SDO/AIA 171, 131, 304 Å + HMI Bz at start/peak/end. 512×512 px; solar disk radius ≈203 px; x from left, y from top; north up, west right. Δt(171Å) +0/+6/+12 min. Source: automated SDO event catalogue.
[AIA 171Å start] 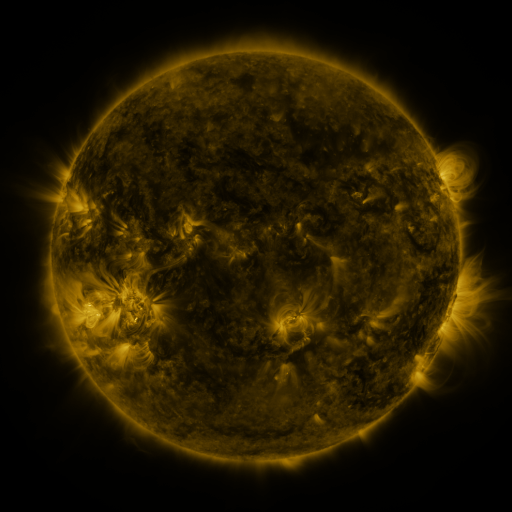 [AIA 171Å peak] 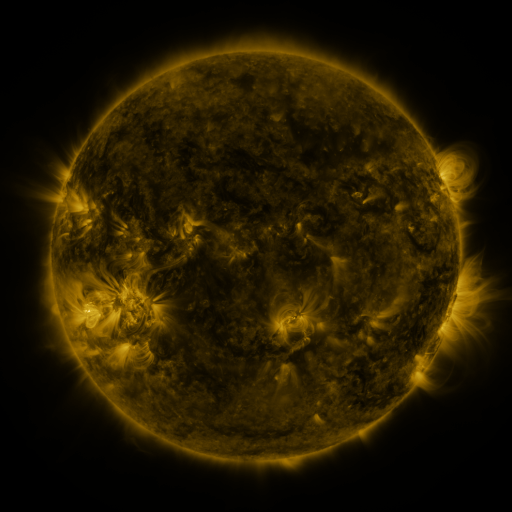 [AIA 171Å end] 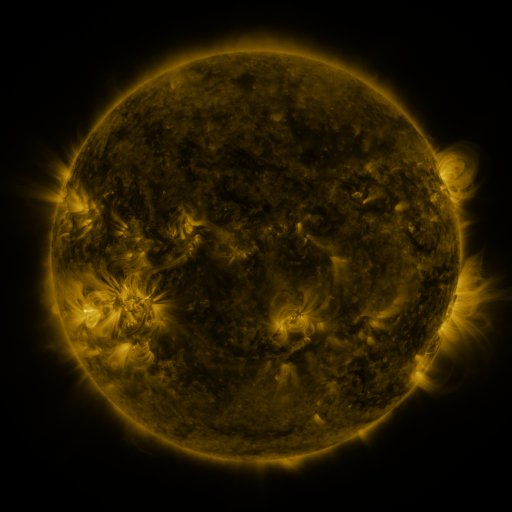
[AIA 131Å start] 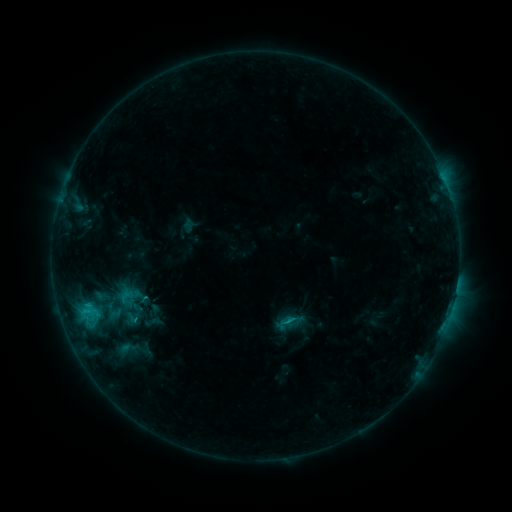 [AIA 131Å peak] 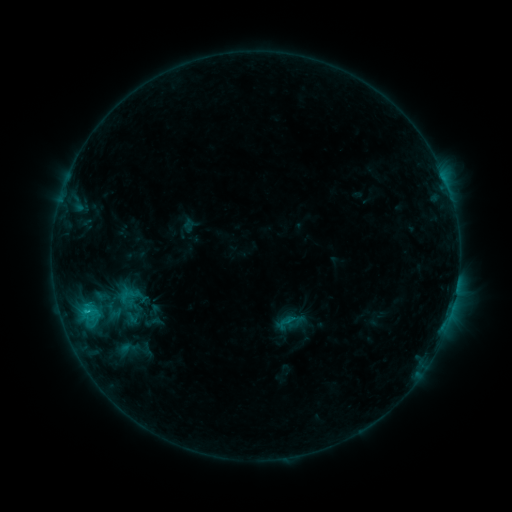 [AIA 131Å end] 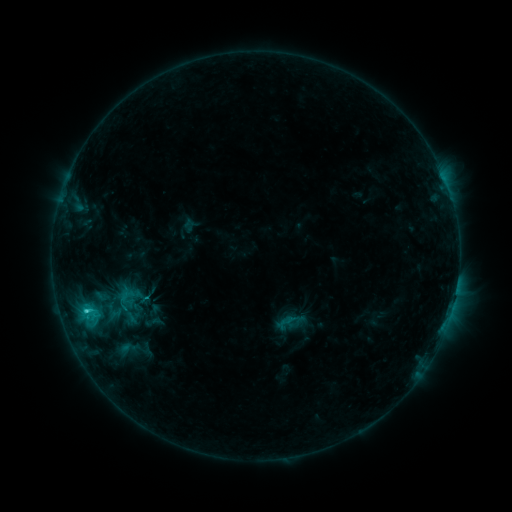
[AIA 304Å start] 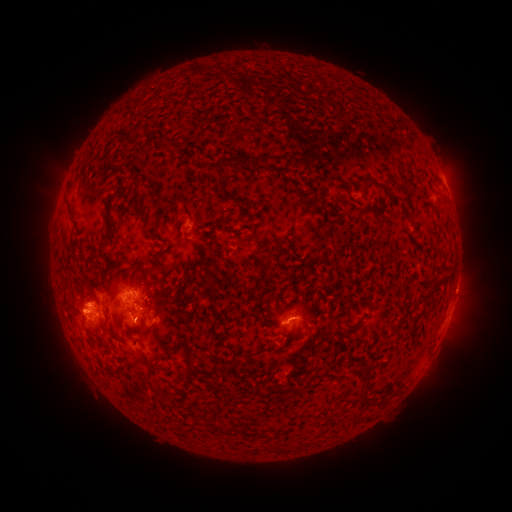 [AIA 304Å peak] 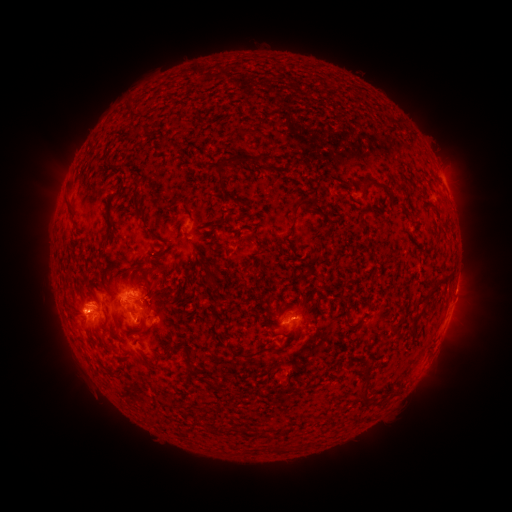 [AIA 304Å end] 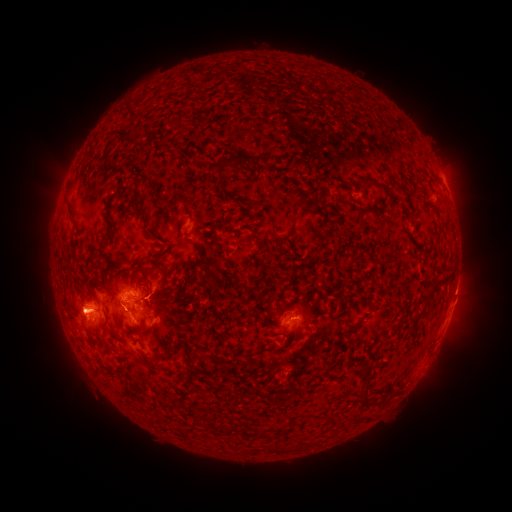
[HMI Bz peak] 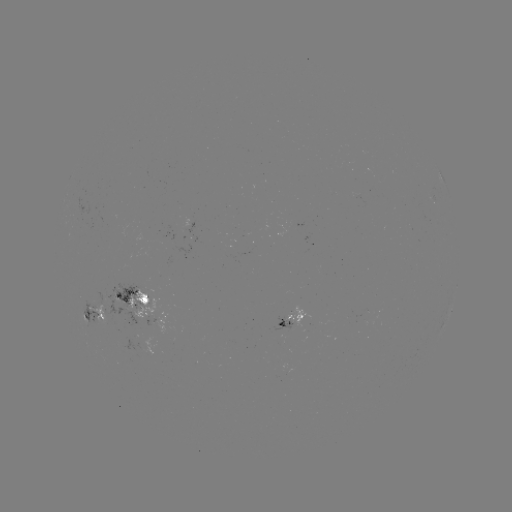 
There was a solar flare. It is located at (88, 311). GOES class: C3.3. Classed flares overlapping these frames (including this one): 1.